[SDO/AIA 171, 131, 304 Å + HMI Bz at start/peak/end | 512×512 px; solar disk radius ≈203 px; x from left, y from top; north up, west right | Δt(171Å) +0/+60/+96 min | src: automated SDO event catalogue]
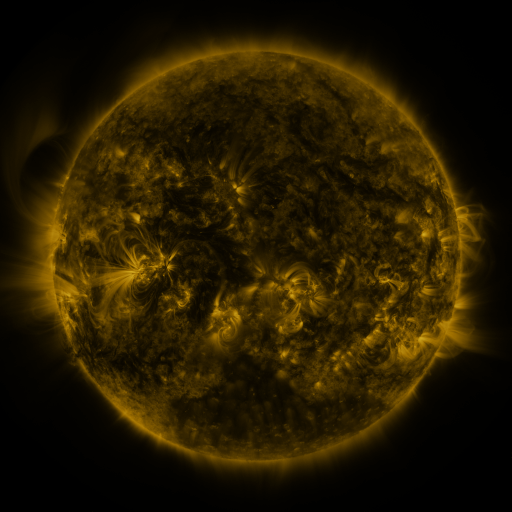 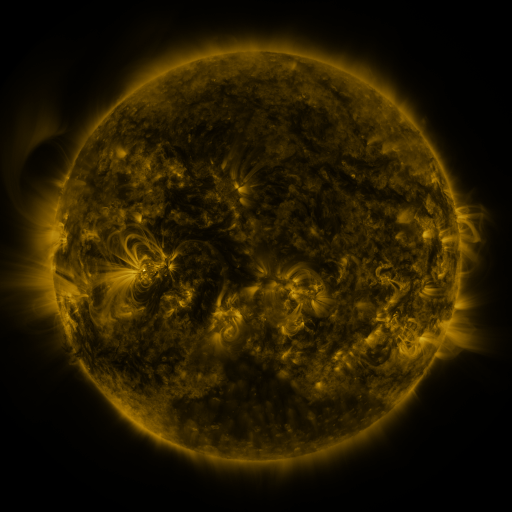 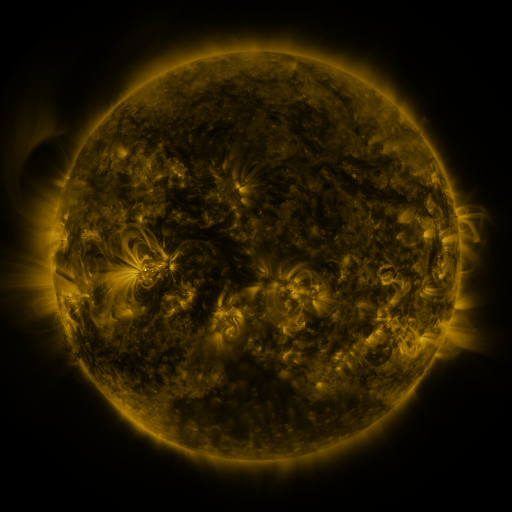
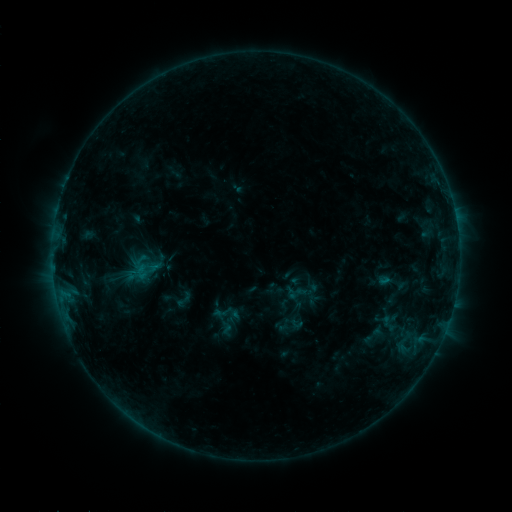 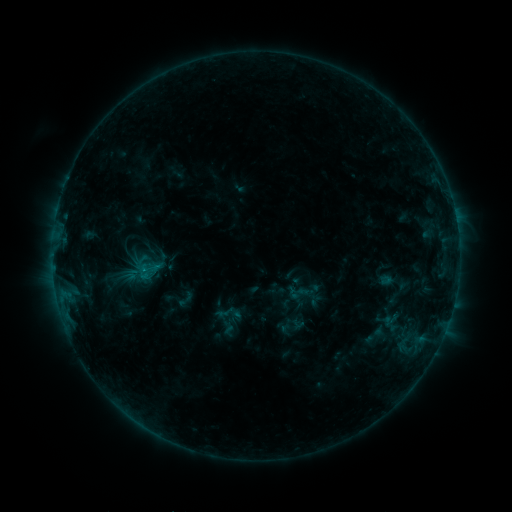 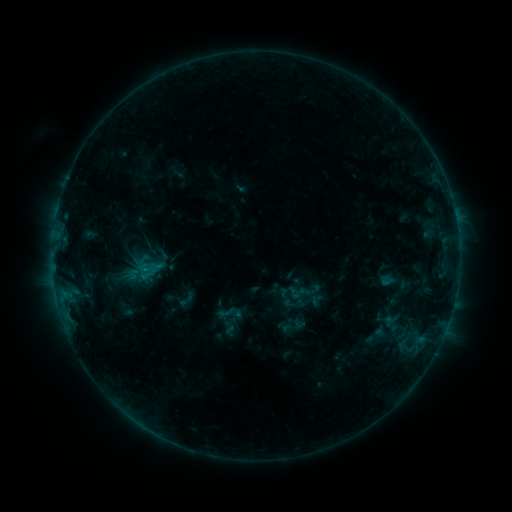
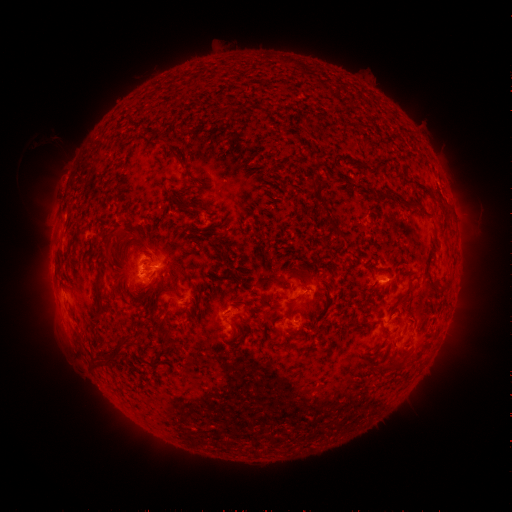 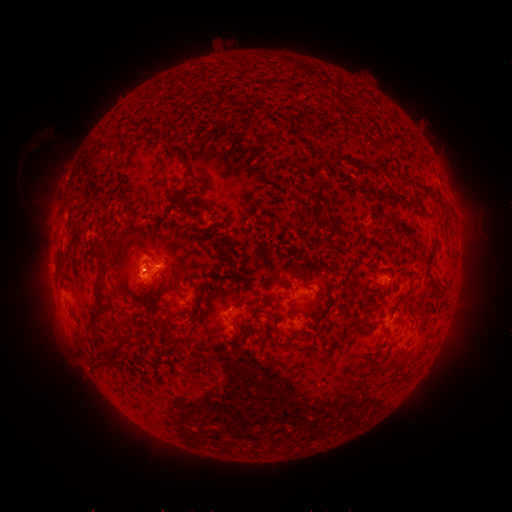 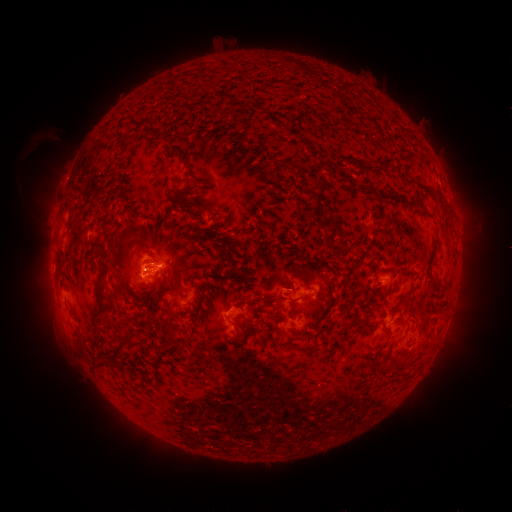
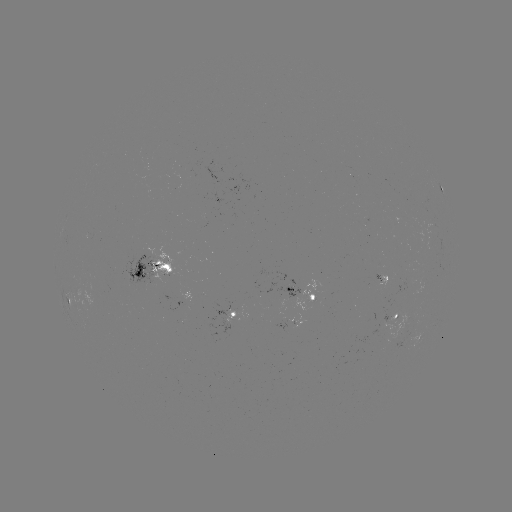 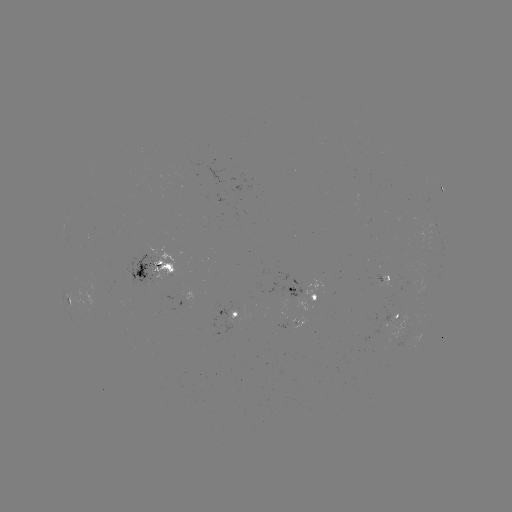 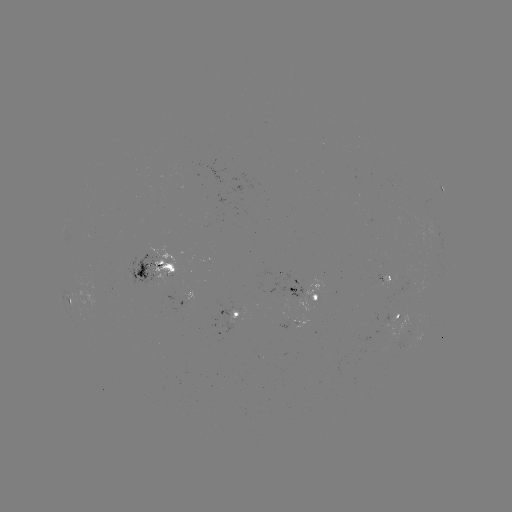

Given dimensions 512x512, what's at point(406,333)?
emerging-flux region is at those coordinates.